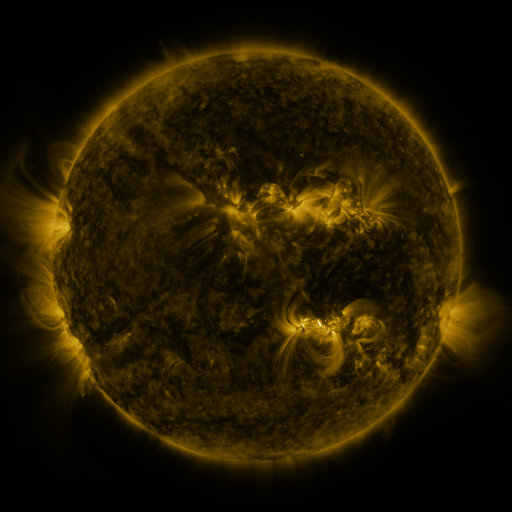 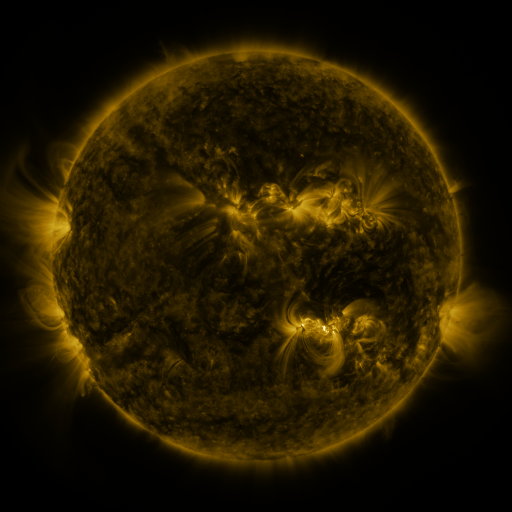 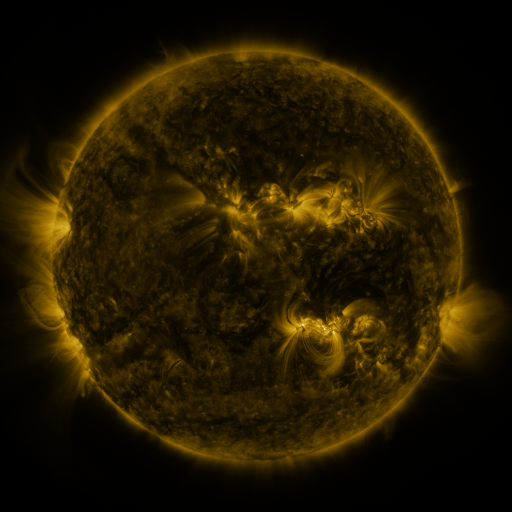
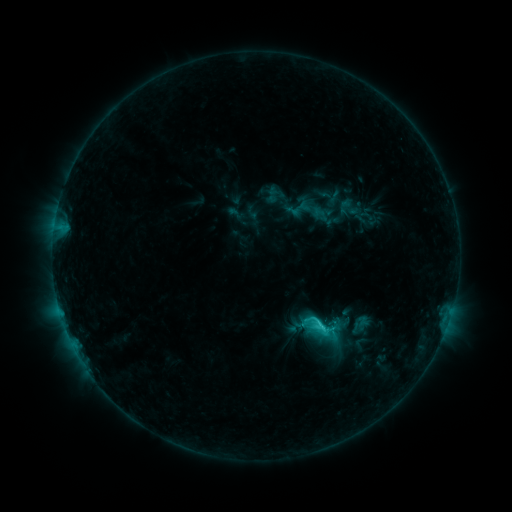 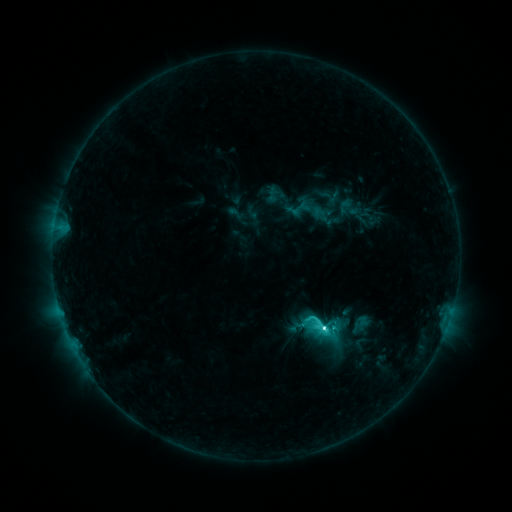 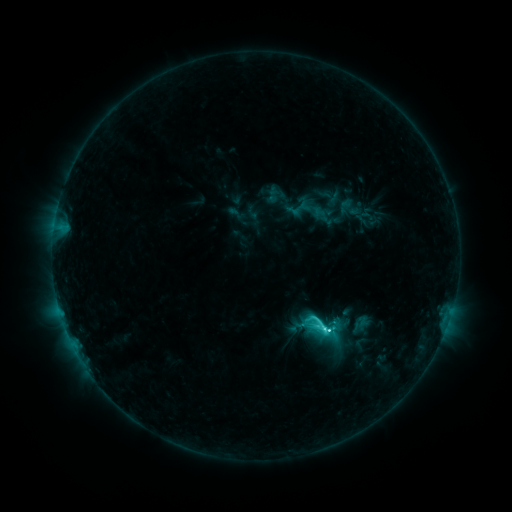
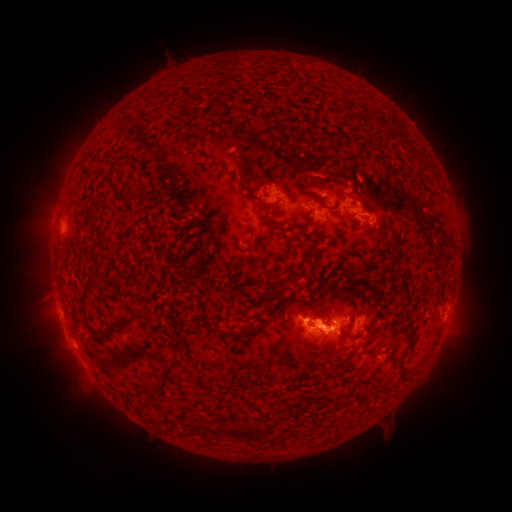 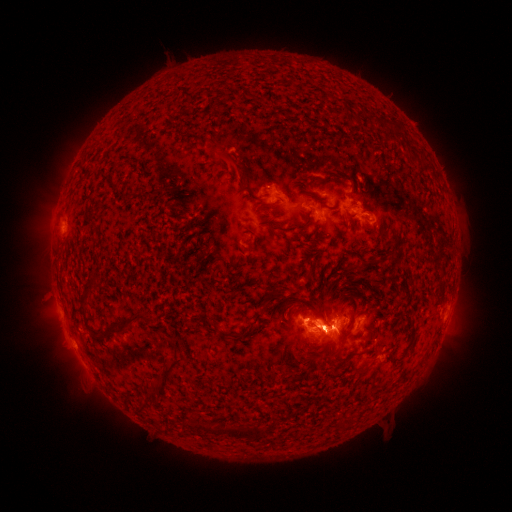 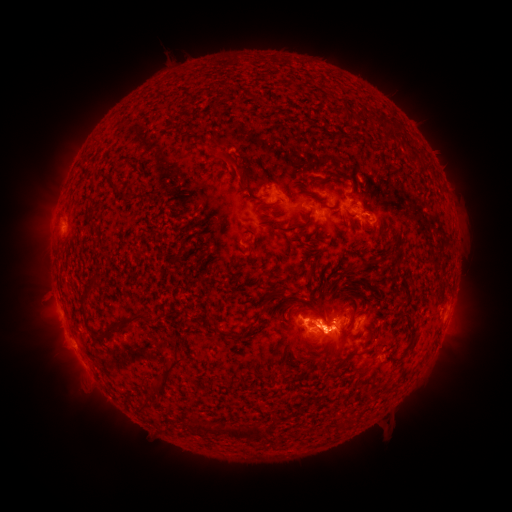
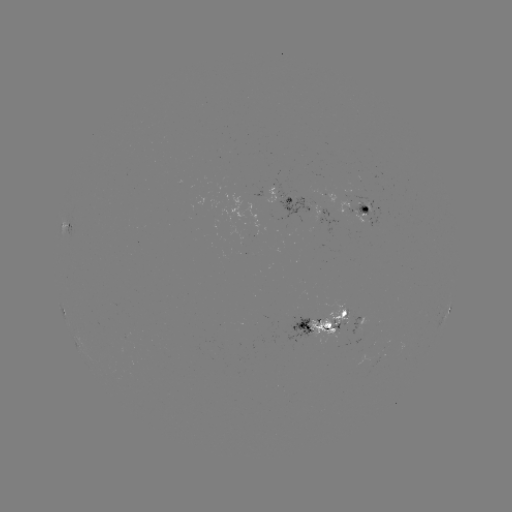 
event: flare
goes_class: C6.9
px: (325, 326)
